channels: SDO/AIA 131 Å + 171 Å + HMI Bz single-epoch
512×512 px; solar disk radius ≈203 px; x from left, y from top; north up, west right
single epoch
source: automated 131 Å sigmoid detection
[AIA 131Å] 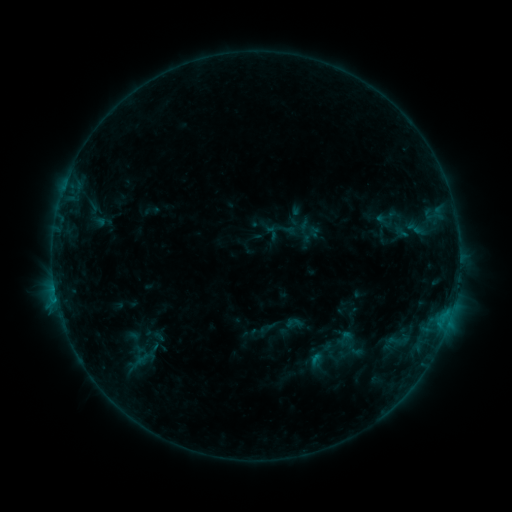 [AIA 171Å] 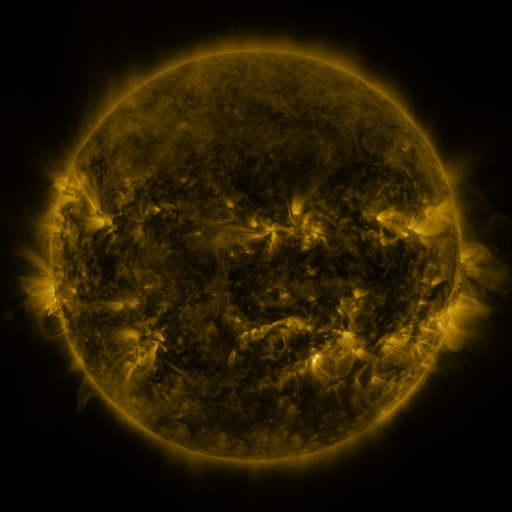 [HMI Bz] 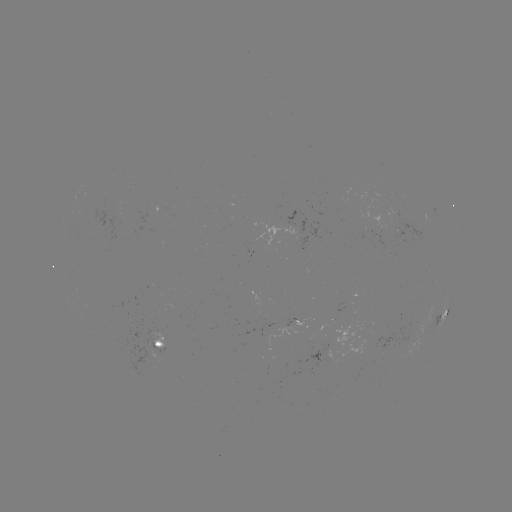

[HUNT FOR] sigmoid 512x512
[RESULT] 385,217